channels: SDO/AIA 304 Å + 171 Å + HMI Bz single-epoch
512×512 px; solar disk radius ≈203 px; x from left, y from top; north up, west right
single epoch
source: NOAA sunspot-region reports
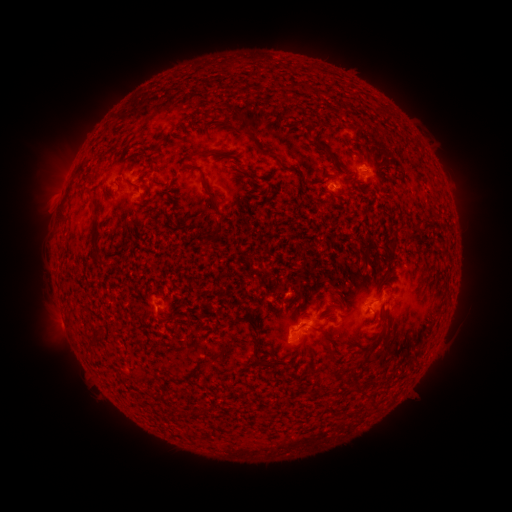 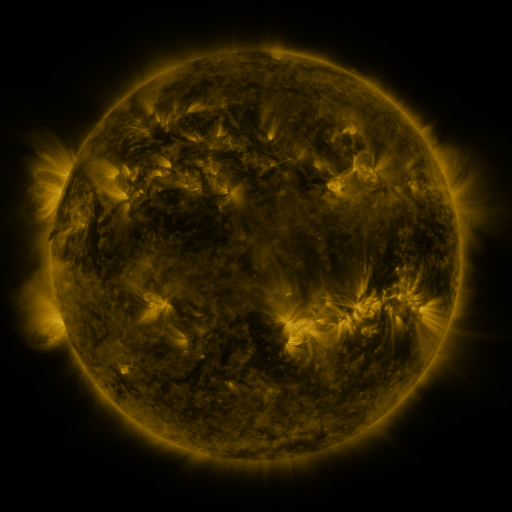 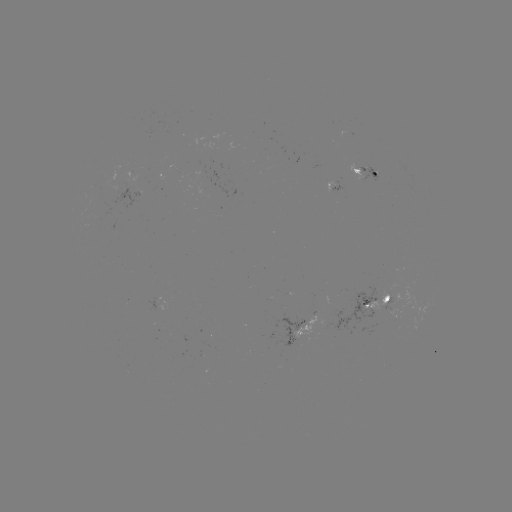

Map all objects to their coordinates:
spotted active region: (362, 170)
spotted active region: (376, 303)
